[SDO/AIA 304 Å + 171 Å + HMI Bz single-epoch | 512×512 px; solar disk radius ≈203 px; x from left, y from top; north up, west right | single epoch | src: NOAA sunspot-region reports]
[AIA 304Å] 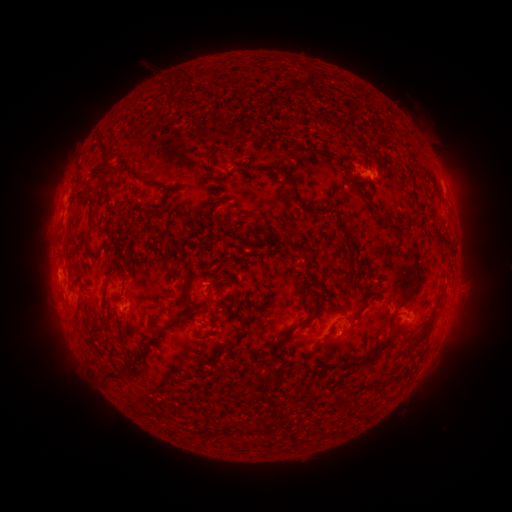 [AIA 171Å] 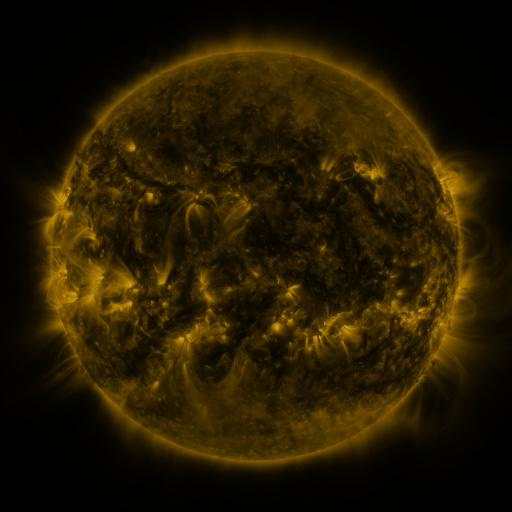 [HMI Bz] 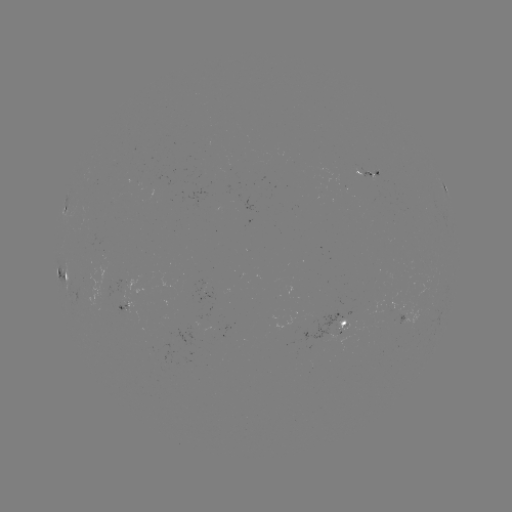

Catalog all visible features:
spotted active region: (371, 174)
spotted active region: (445, 187)
spotted active region: (65, 209)
spotted active region: (65, 275)
spotted active region: (126, 307)
spotted active region: (345, 329)
